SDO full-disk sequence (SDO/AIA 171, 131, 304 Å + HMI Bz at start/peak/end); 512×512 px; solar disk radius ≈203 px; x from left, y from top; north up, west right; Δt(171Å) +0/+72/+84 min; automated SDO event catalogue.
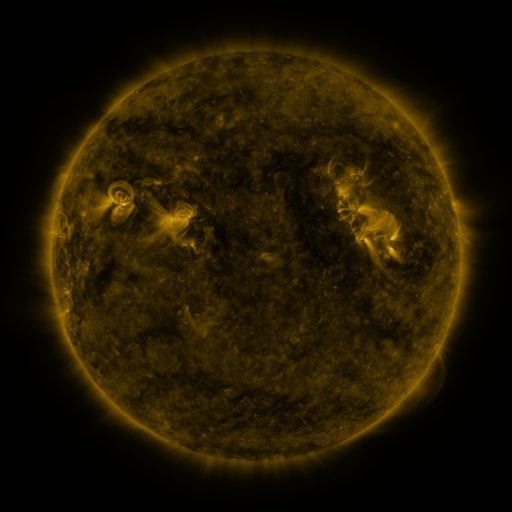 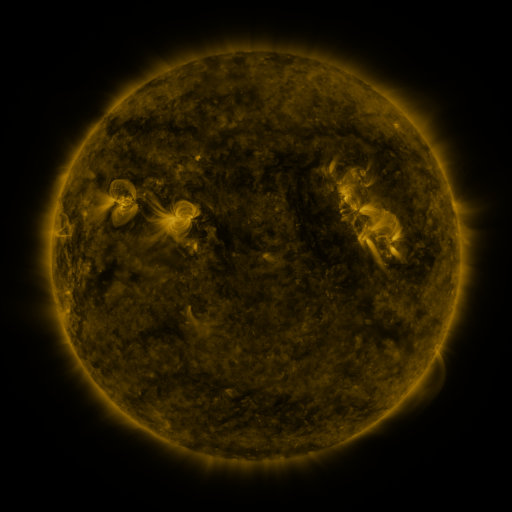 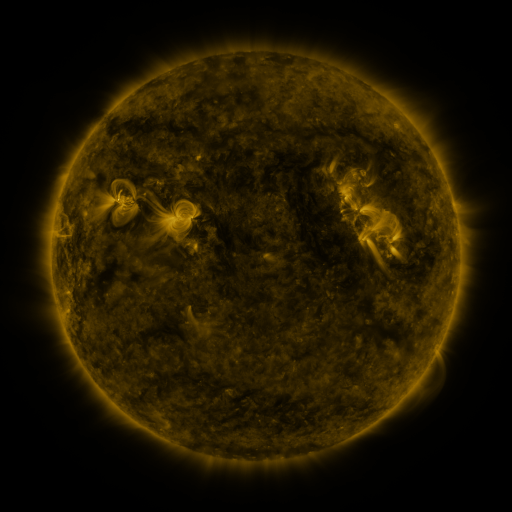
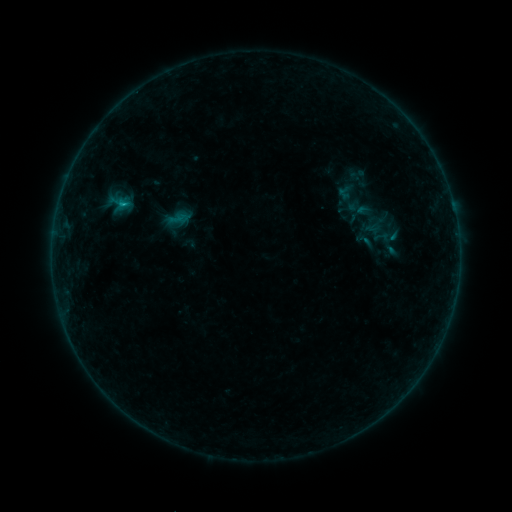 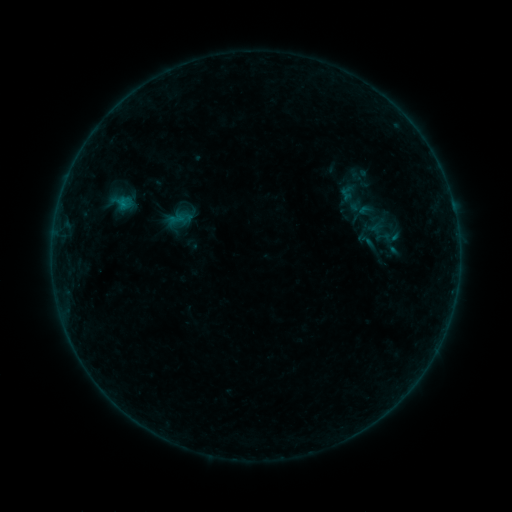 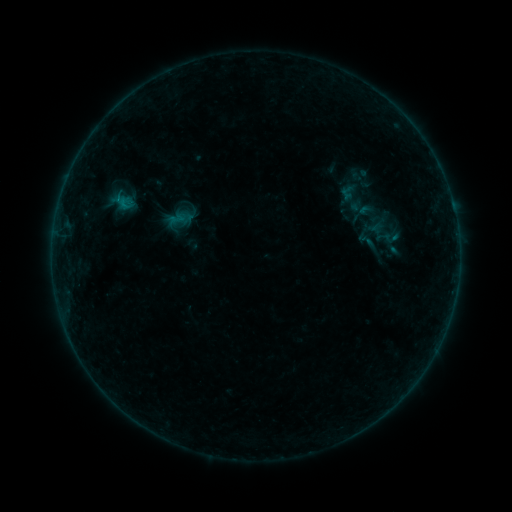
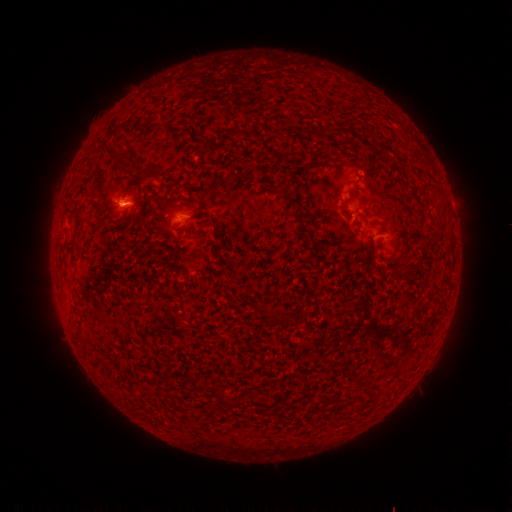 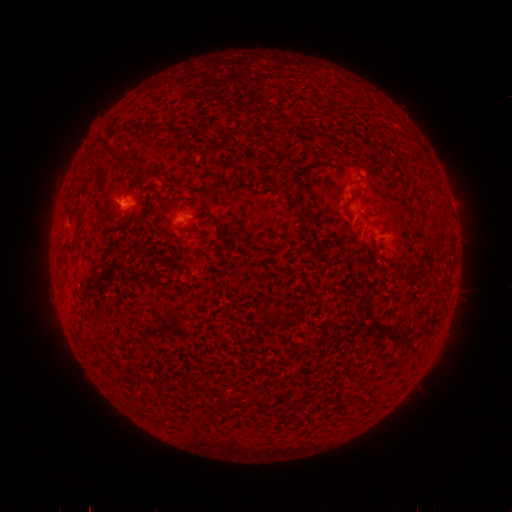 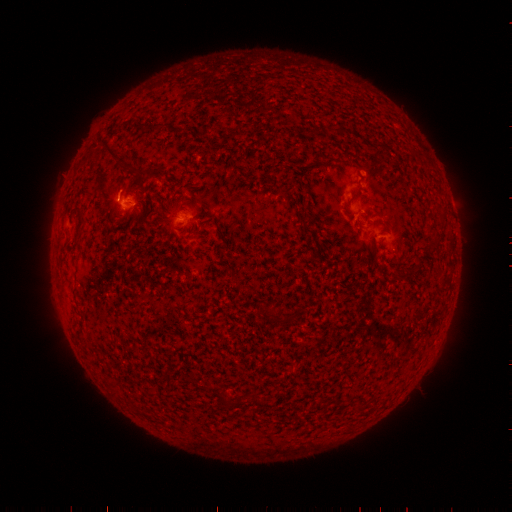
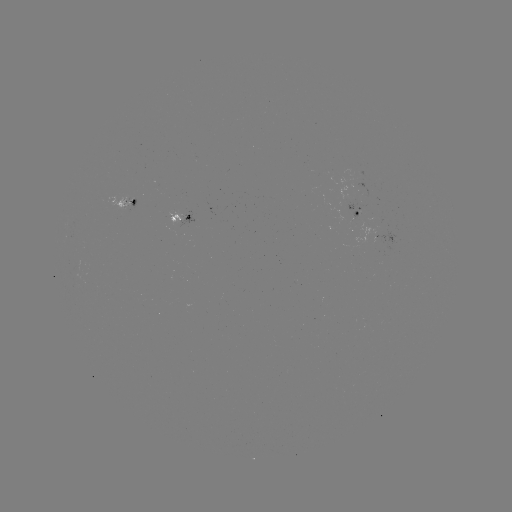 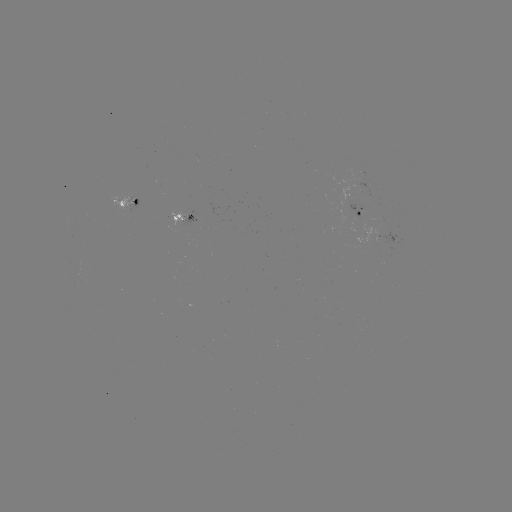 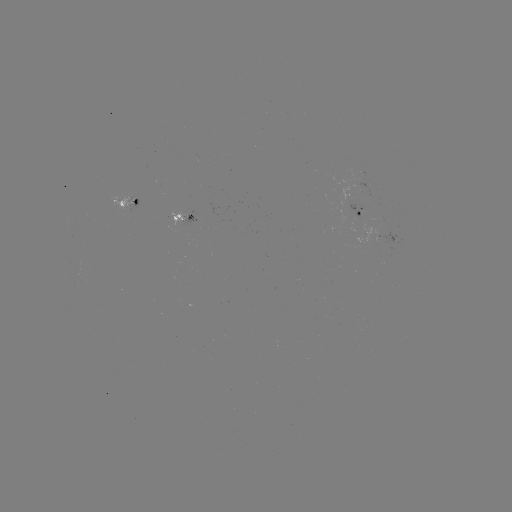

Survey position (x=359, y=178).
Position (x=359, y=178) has emerging-flux region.